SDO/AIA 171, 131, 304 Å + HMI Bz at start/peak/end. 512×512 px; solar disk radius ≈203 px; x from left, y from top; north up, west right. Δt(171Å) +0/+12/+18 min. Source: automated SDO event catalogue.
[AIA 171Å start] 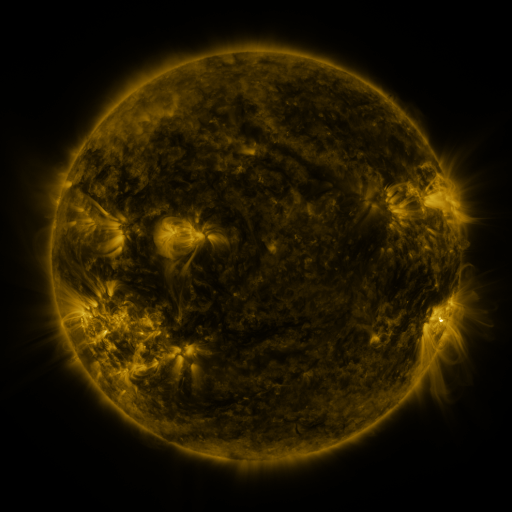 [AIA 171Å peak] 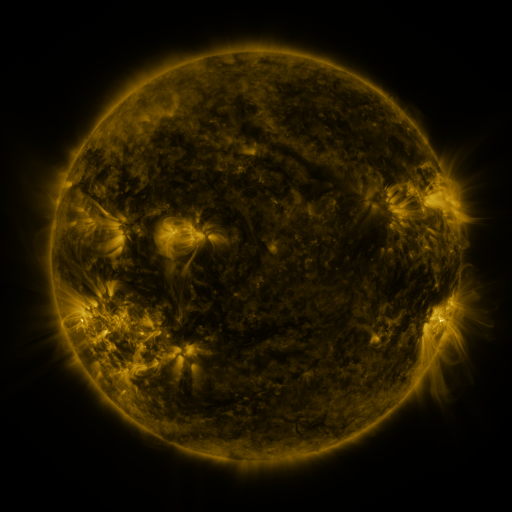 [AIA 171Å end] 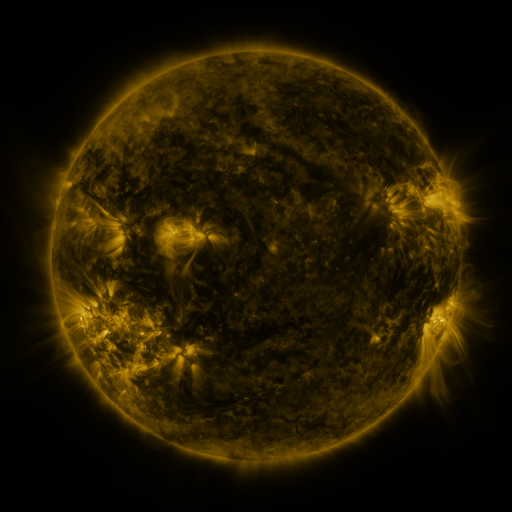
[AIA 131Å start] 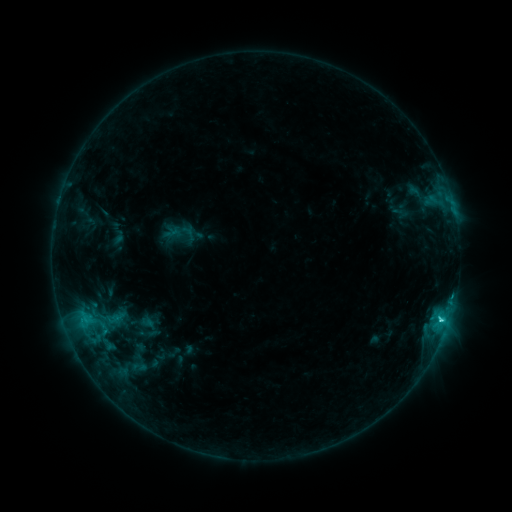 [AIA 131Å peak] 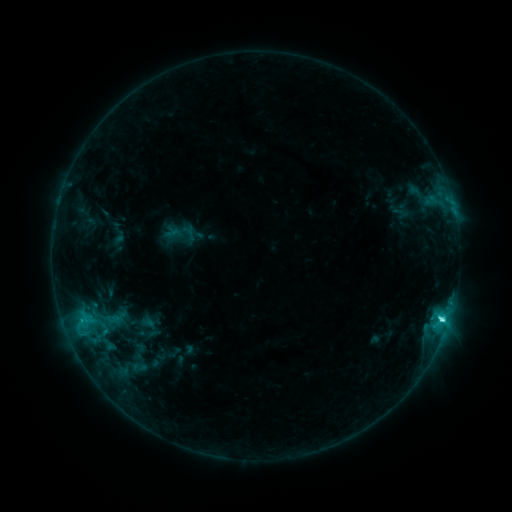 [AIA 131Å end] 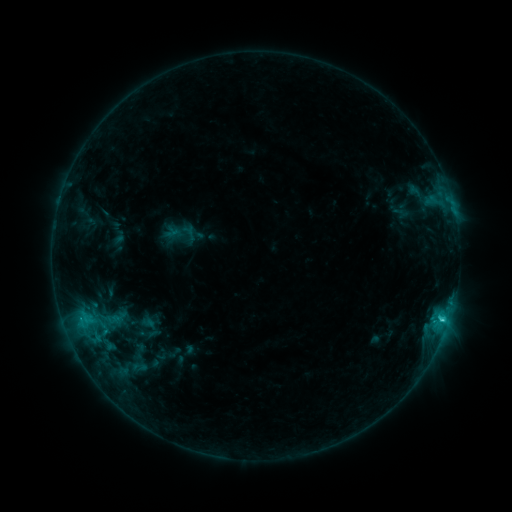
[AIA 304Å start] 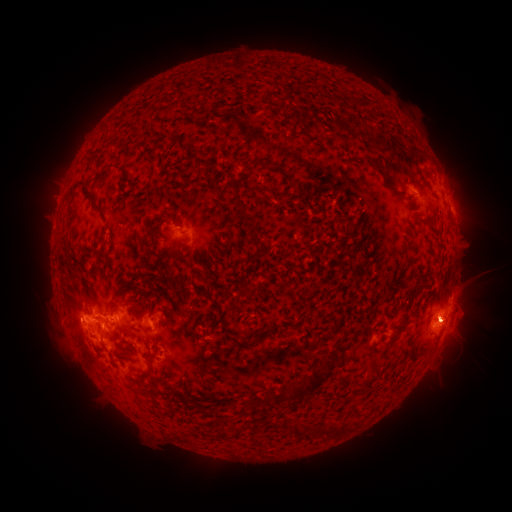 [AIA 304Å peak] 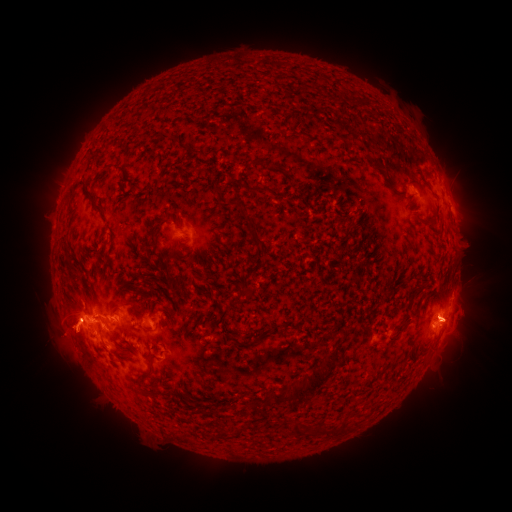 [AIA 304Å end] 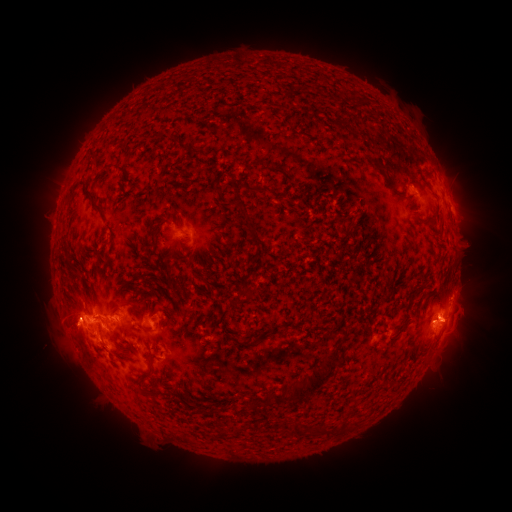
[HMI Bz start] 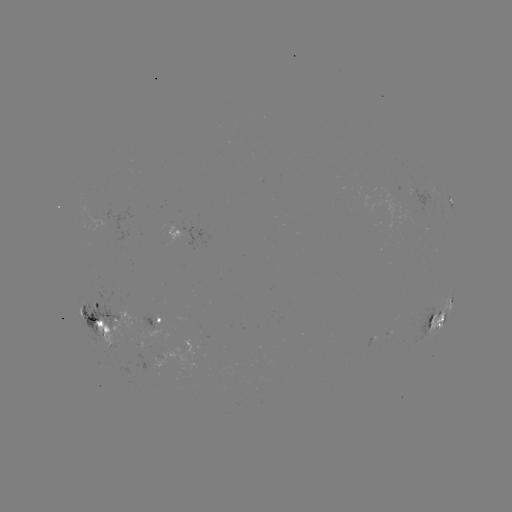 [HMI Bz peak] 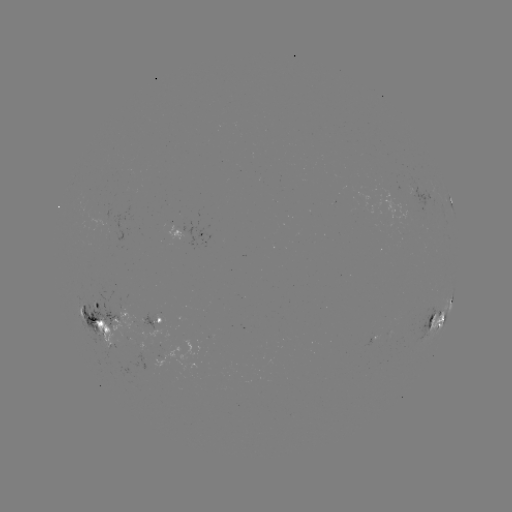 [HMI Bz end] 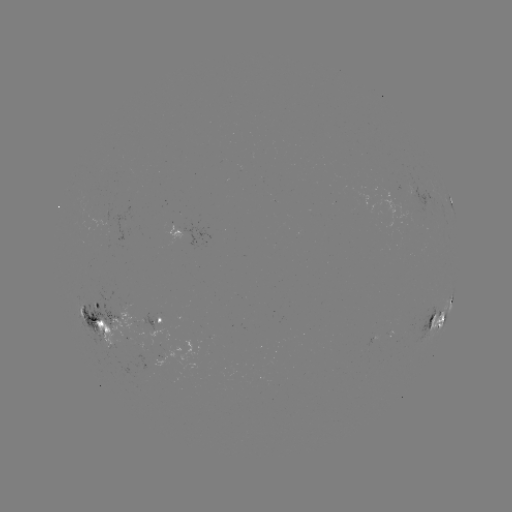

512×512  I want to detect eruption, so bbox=[30, 274, 143, 426].